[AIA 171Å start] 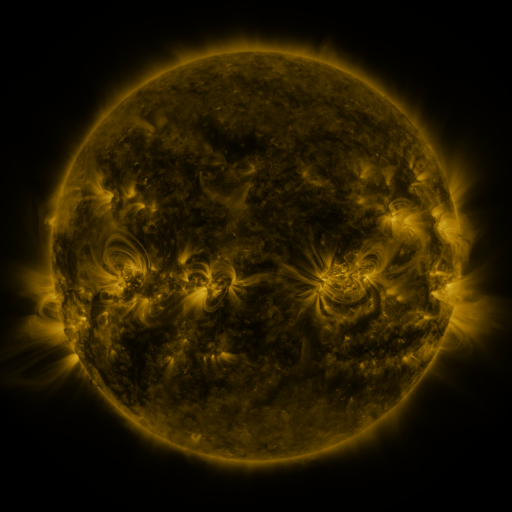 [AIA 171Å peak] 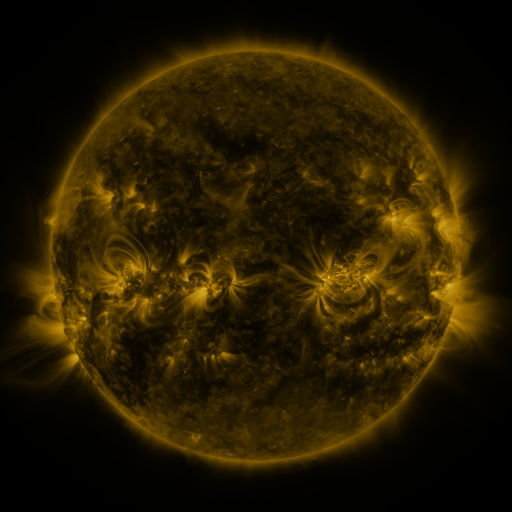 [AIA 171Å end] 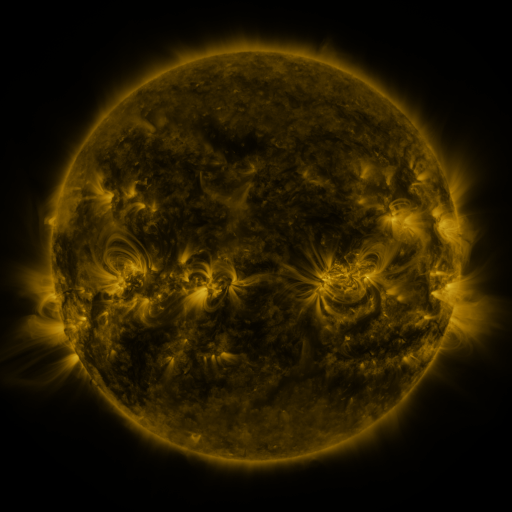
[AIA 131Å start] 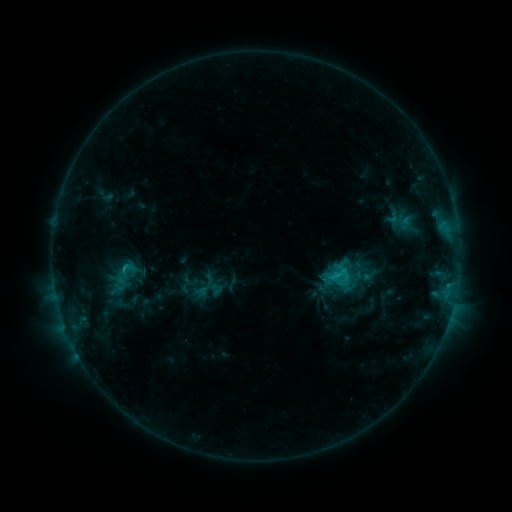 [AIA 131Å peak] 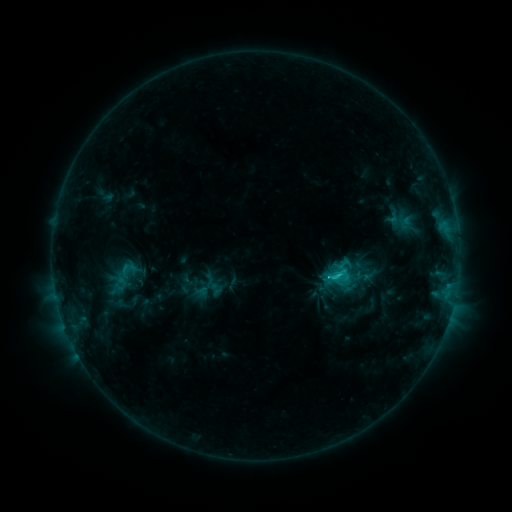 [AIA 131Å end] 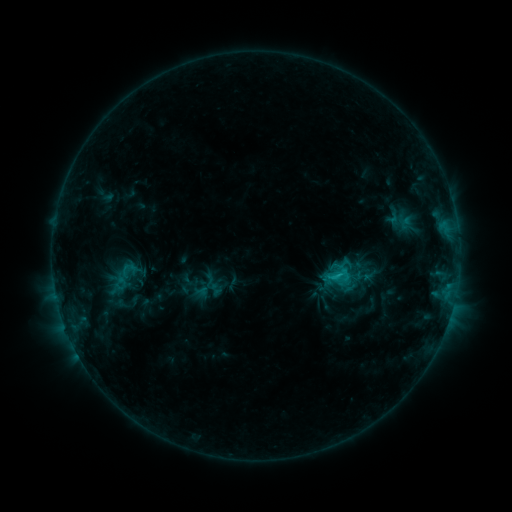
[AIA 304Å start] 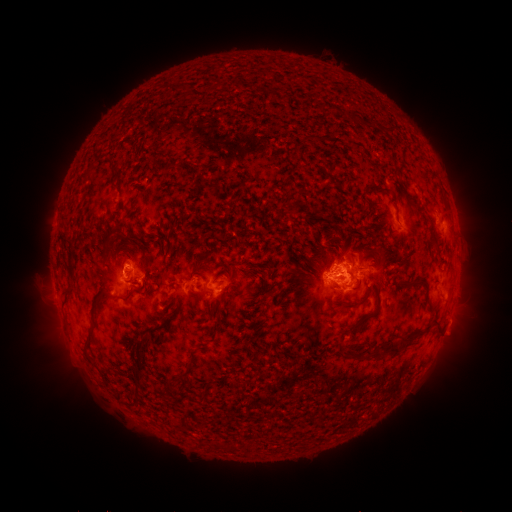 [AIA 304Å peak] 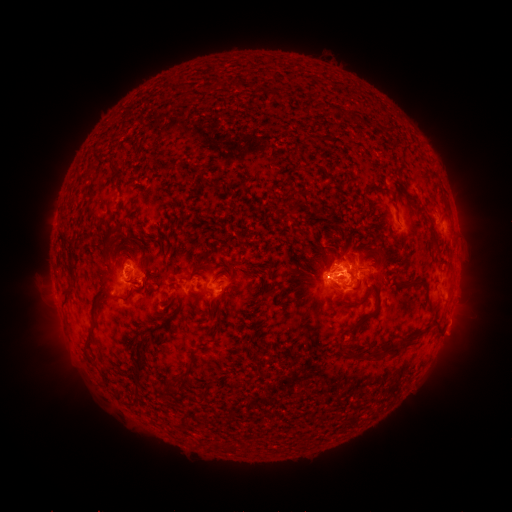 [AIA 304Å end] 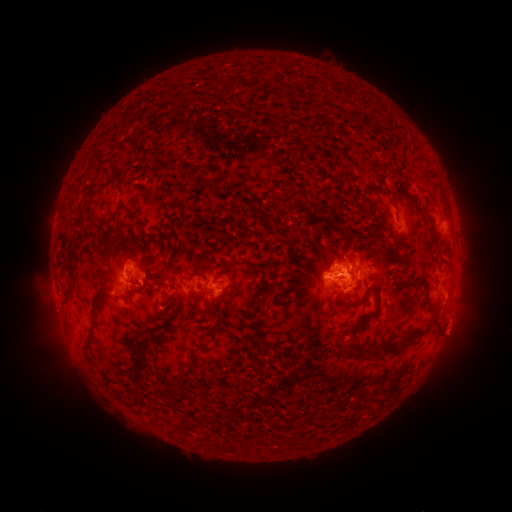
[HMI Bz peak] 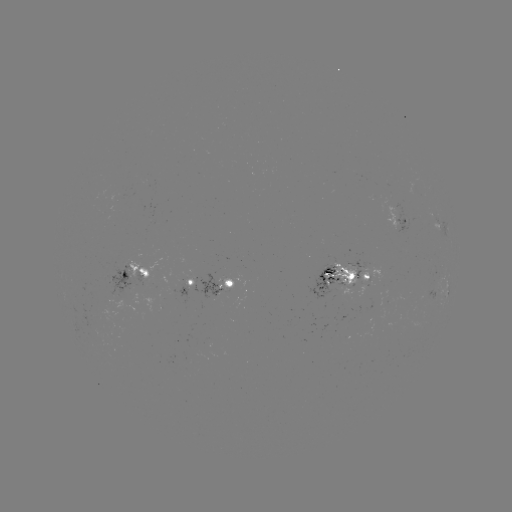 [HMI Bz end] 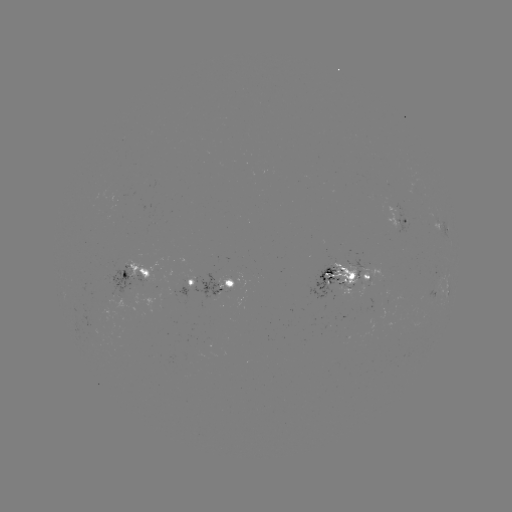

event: flare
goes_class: C2.2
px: (327, 276)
